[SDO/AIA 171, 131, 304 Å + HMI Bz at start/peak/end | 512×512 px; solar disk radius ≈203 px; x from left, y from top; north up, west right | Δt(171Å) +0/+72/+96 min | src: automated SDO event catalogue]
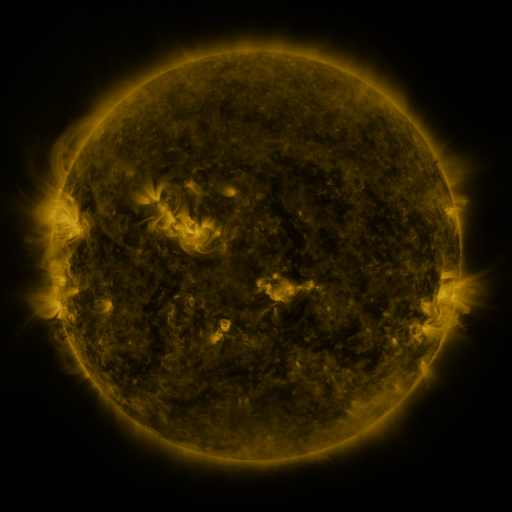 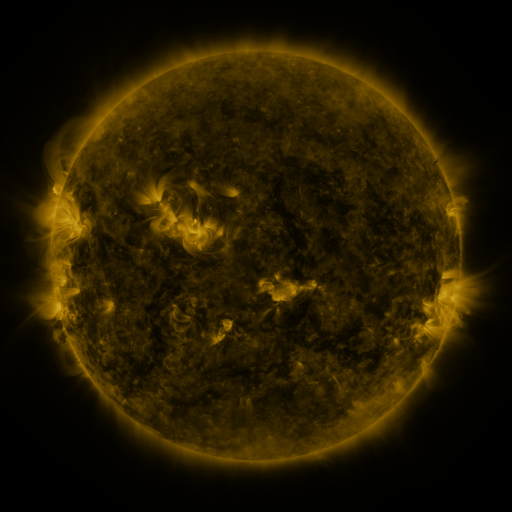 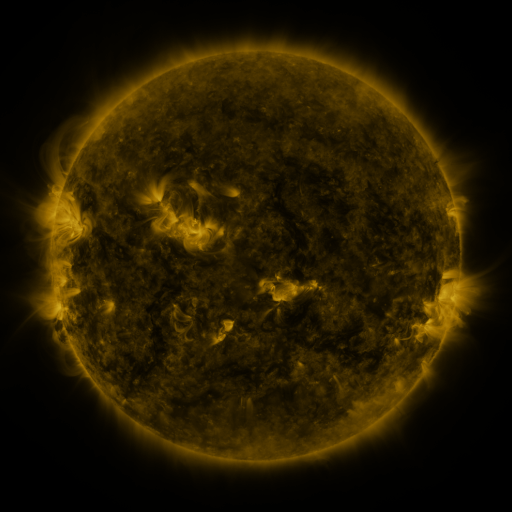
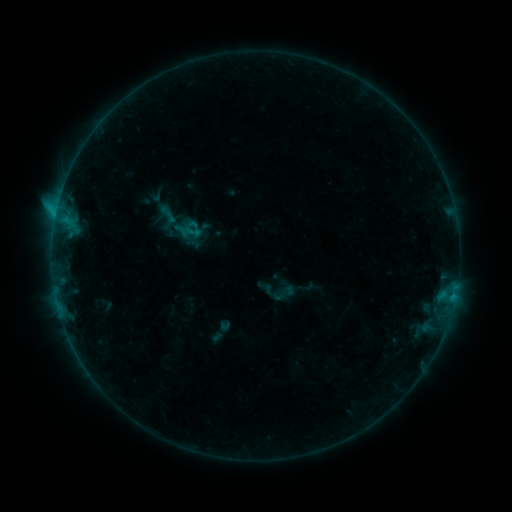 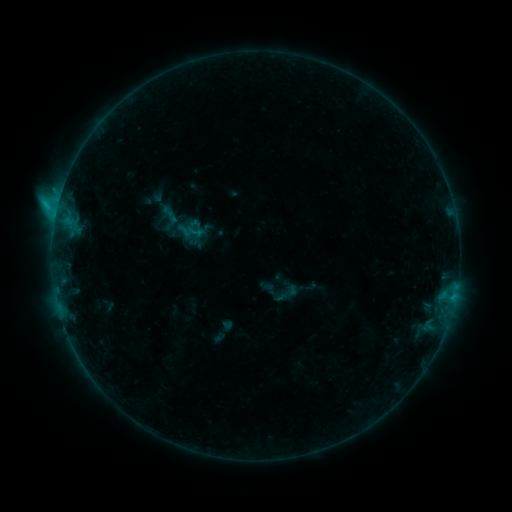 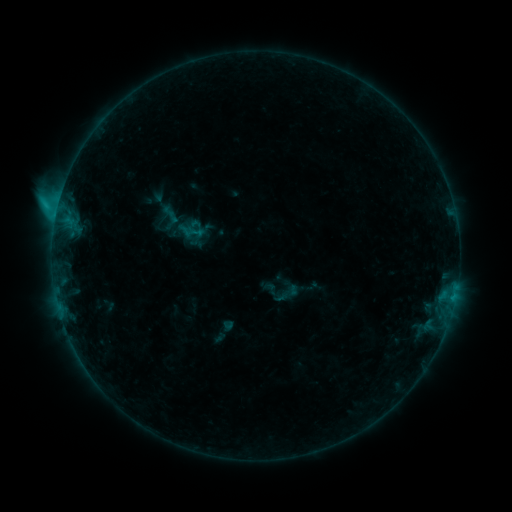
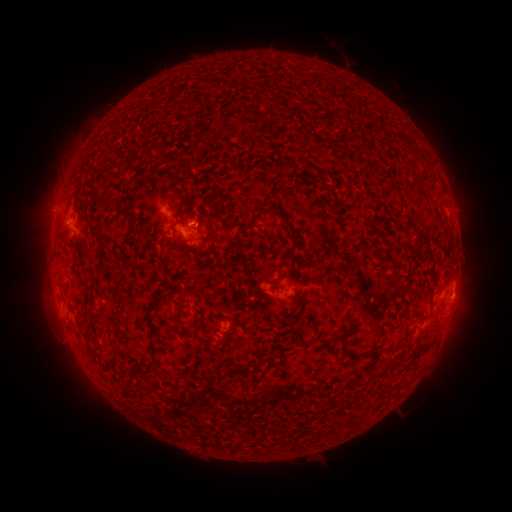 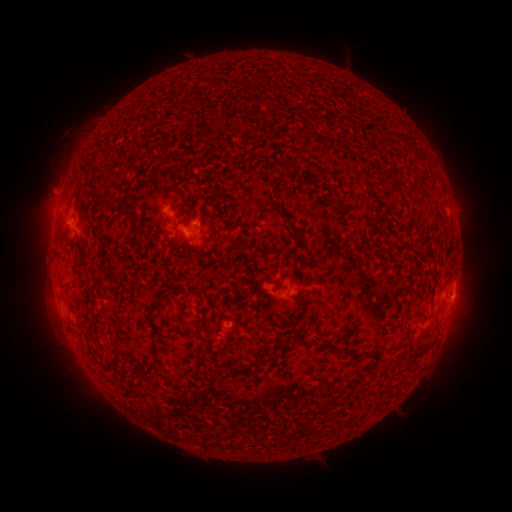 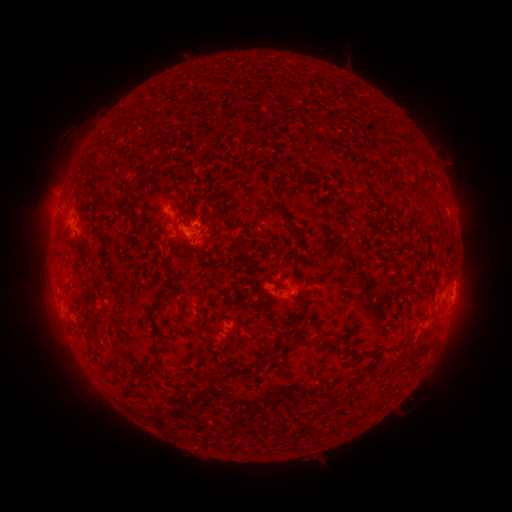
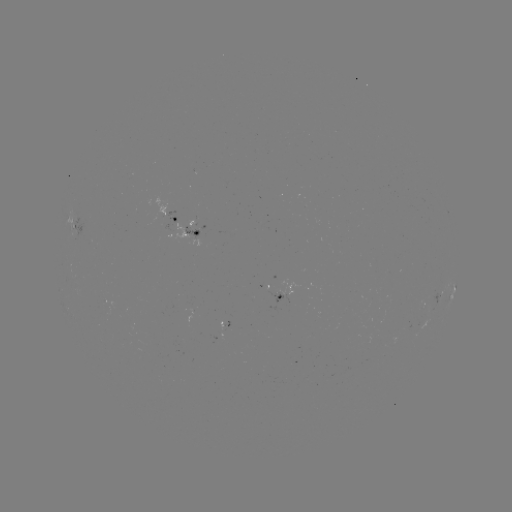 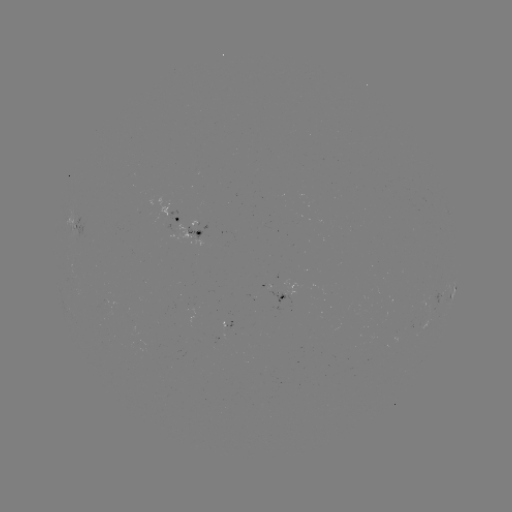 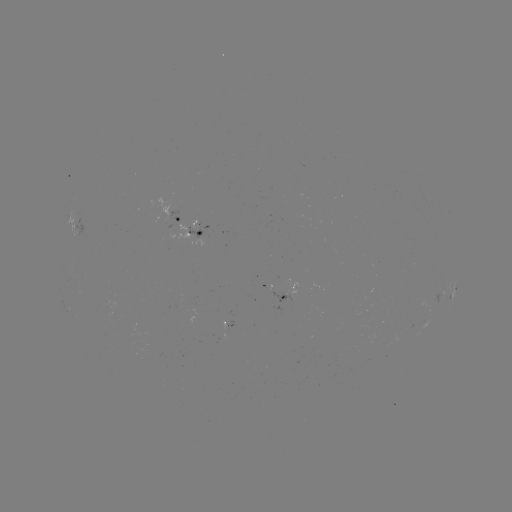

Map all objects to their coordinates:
emerging-flux region: (179, 228)
